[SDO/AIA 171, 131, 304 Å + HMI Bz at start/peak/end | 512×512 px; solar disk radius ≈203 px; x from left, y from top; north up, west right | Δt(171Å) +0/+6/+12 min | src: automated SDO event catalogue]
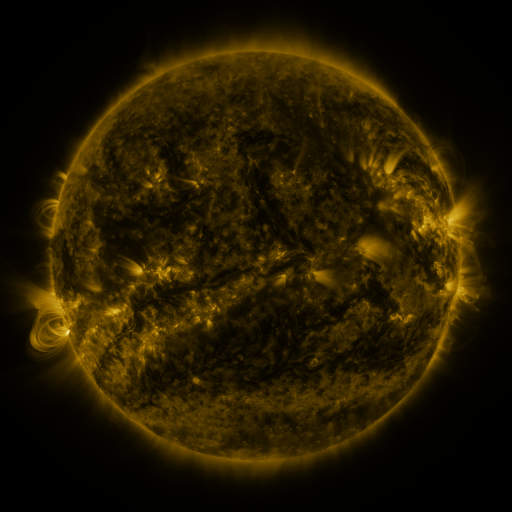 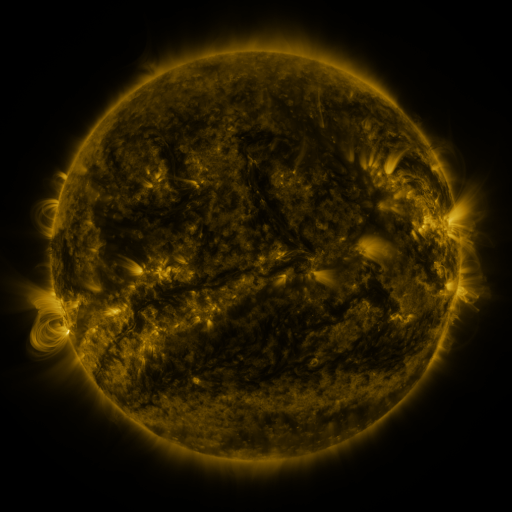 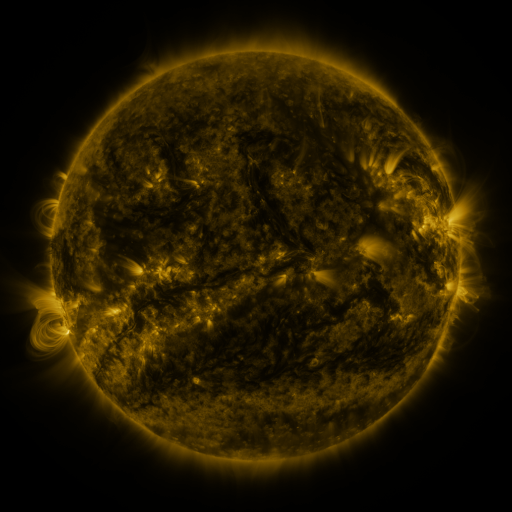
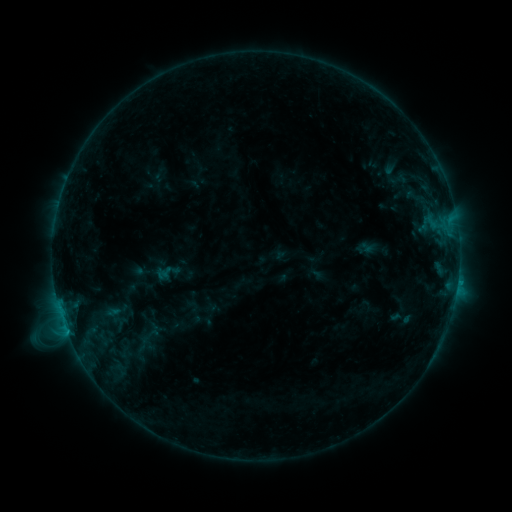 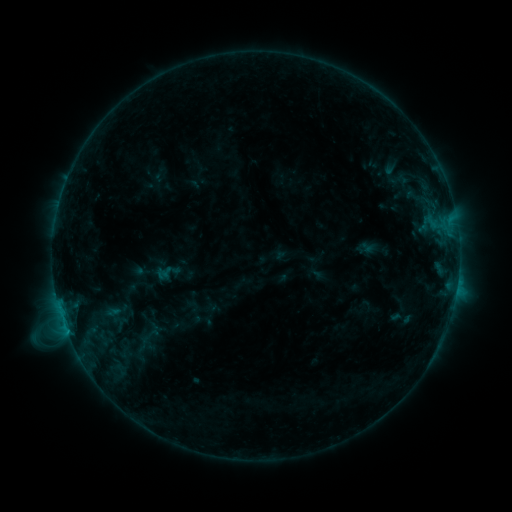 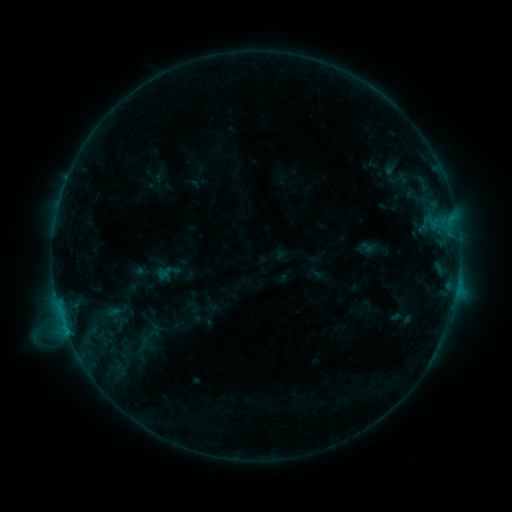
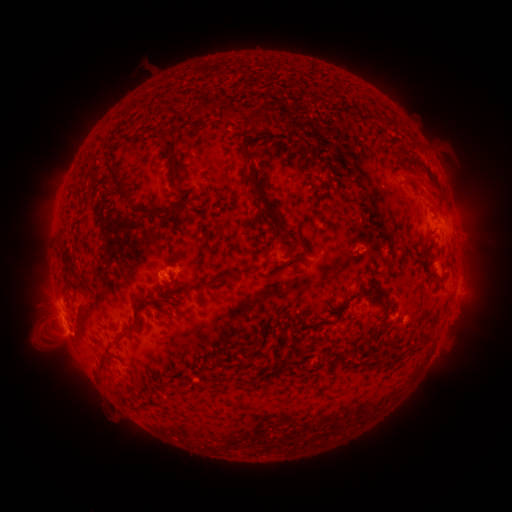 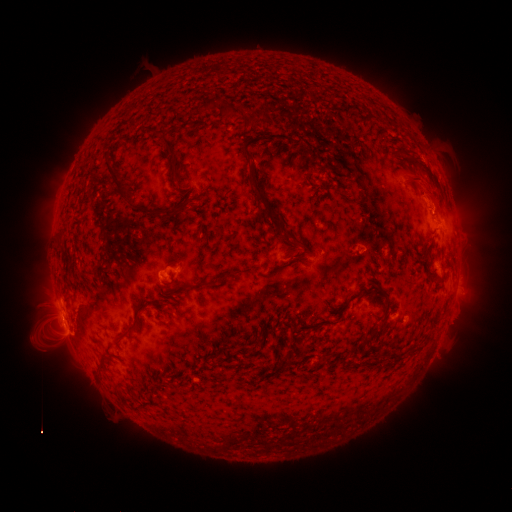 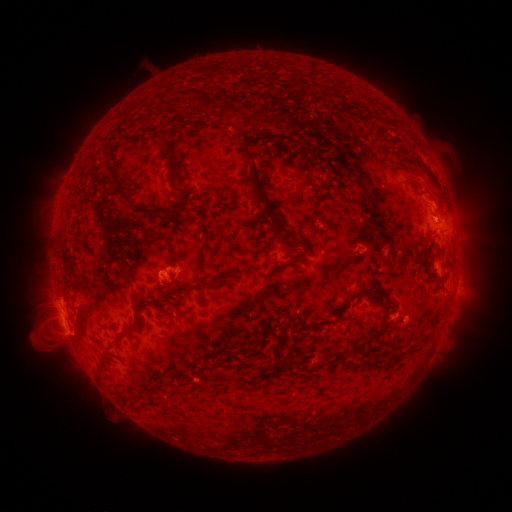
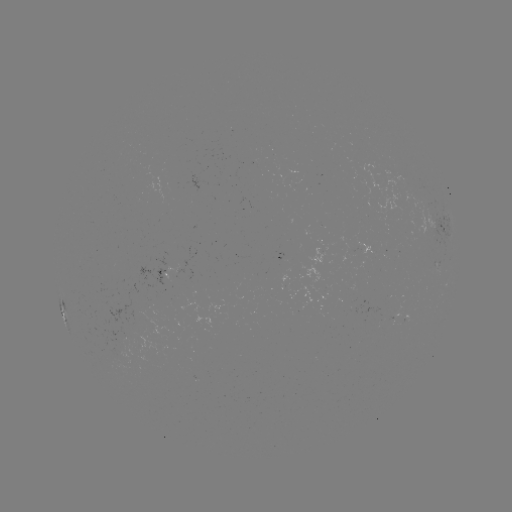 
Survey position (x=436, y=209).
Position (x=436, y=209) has eruption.